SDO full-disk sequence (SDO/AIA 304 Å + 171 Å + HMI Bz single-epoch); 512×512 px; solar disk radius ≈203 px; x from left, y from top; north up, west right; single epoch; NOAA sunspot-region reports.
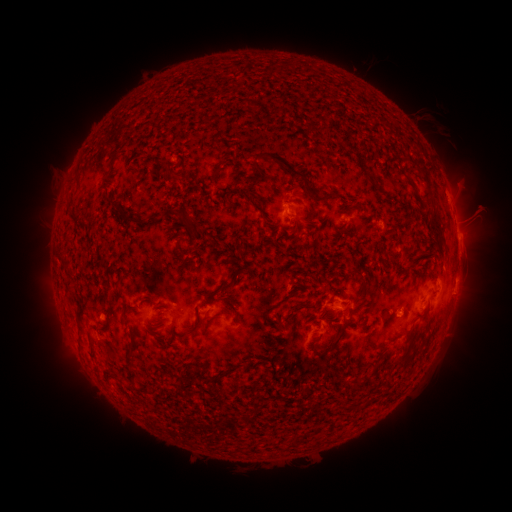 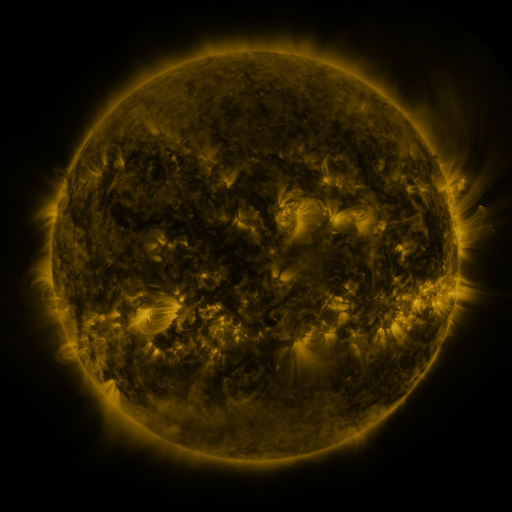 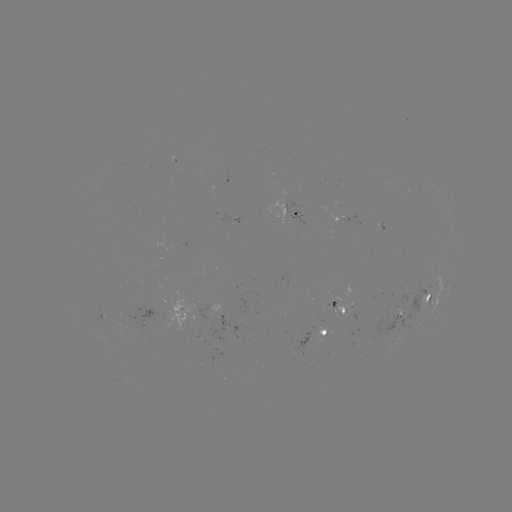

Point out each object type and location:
spotted active region: (449, 198)
spotted active region: (290, 209)
spotted active region: (458, 241)
spotted active region: (455, 286)
spotted active region: (431, 298)
spotted active region: (341, 305)
spotted active region: (212, 311)
spotted active region: (177, 312)
spotted active region: (103, 314)
spotted active region: (328, 332)
